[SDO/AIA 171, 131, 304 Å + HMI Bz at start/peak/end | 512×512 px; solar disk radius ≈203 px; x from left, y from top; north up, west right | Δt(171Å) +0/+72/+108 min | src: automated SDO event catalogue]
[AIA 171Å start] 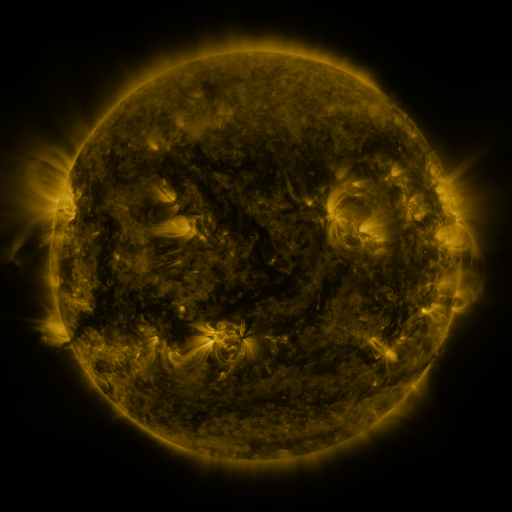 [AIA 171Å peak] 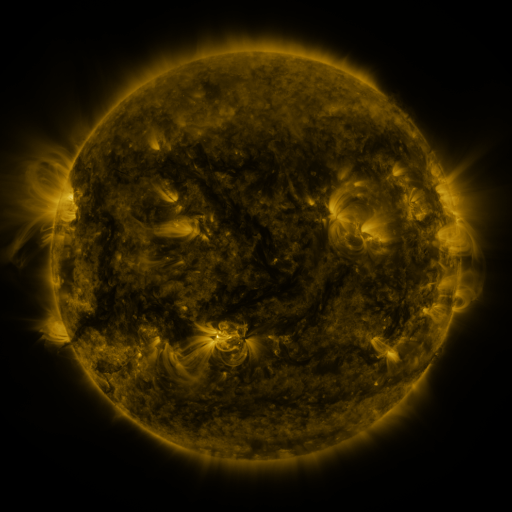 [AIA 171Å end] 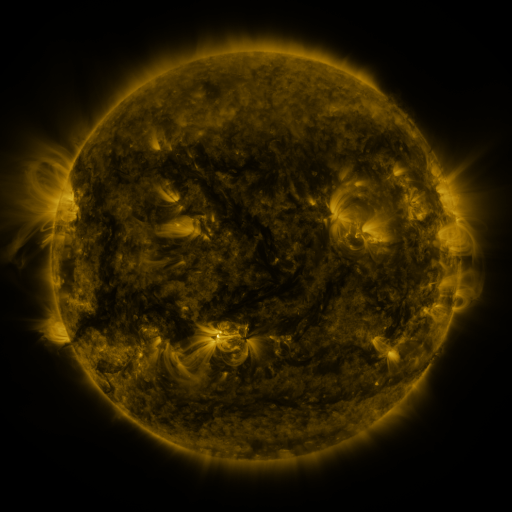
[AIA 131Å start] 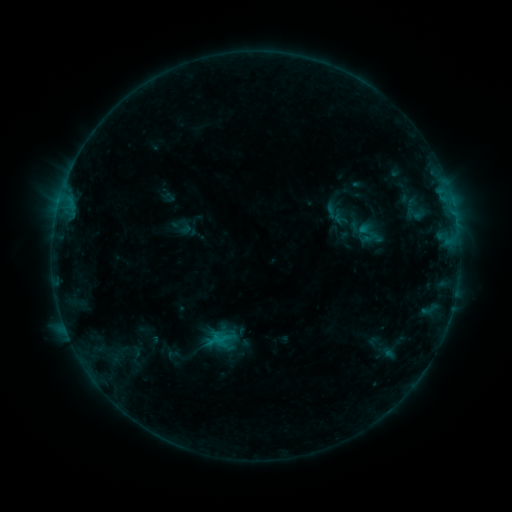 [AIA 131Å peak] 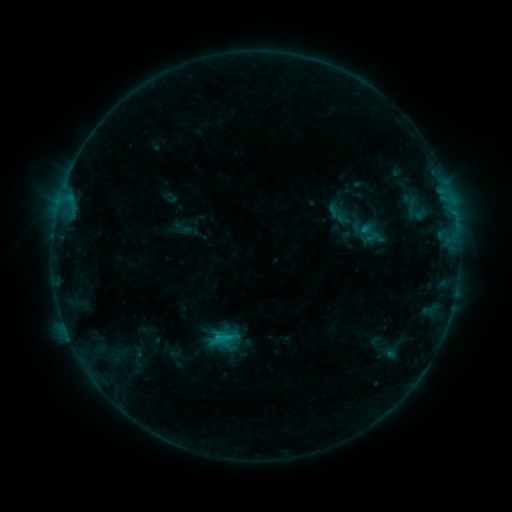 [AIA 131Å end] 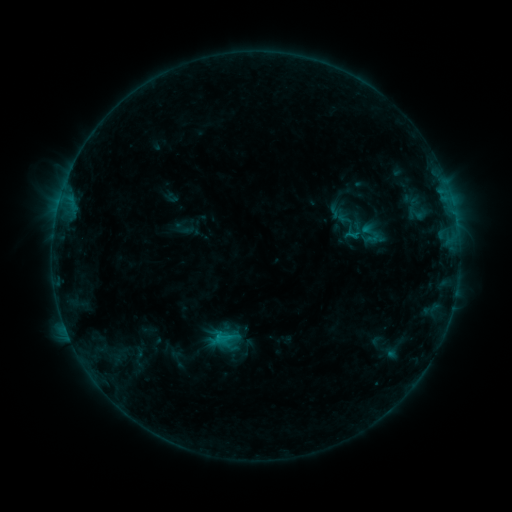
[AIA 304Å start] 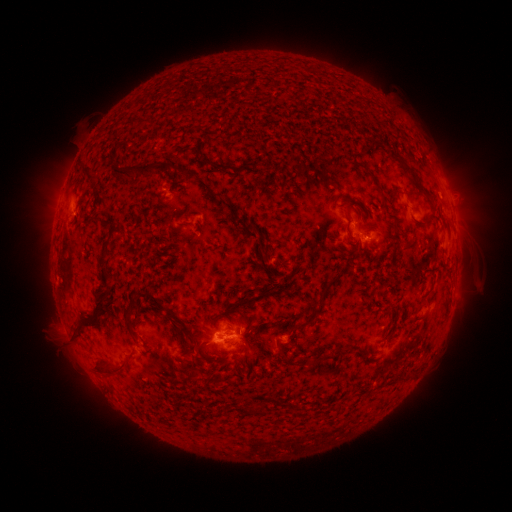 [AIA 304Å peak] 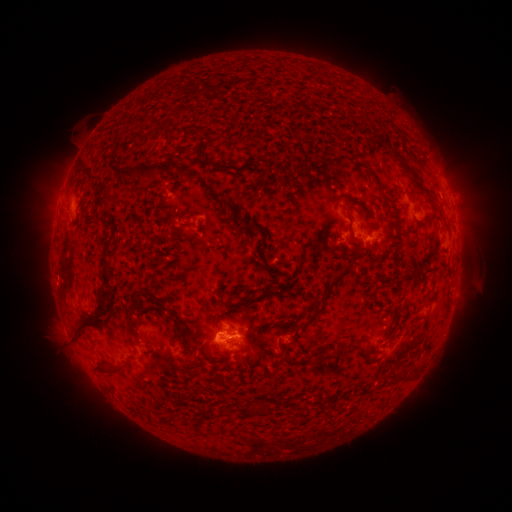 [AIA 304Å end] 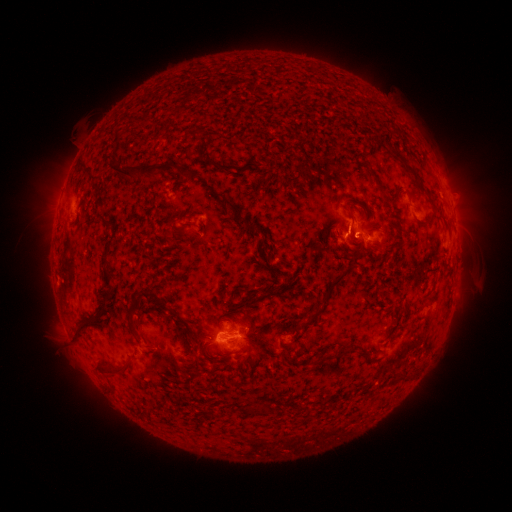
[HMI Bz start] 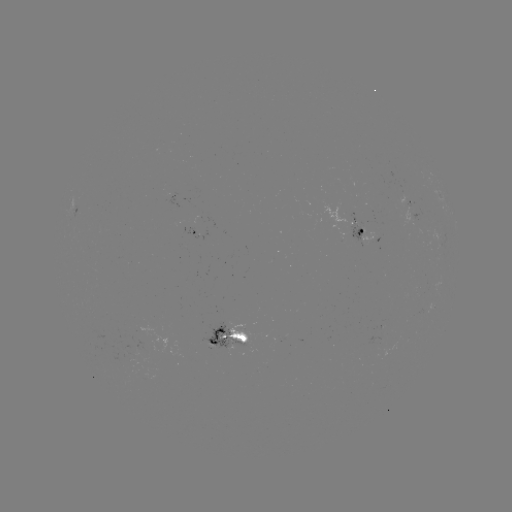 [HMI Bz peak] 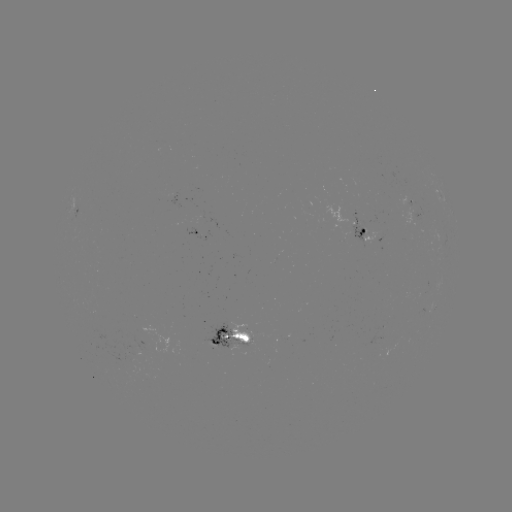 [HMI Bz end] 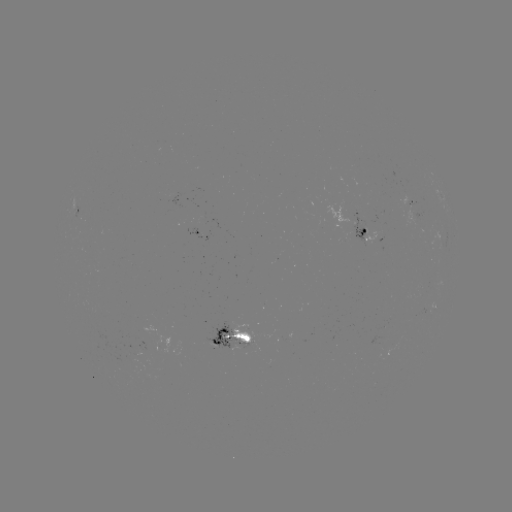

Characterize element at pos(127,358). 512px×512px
emerging-flux region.